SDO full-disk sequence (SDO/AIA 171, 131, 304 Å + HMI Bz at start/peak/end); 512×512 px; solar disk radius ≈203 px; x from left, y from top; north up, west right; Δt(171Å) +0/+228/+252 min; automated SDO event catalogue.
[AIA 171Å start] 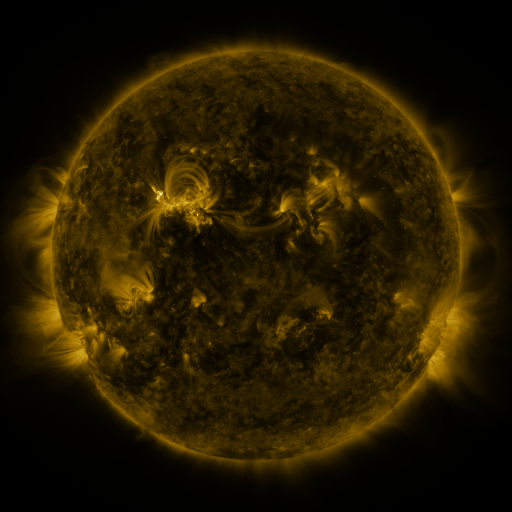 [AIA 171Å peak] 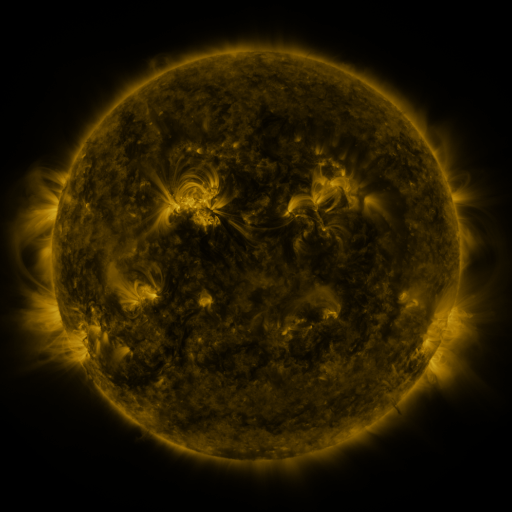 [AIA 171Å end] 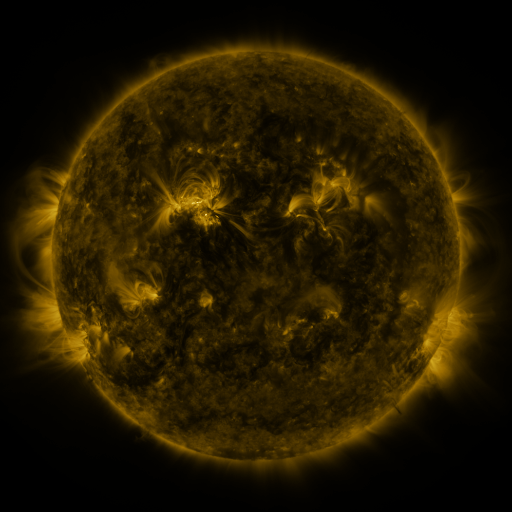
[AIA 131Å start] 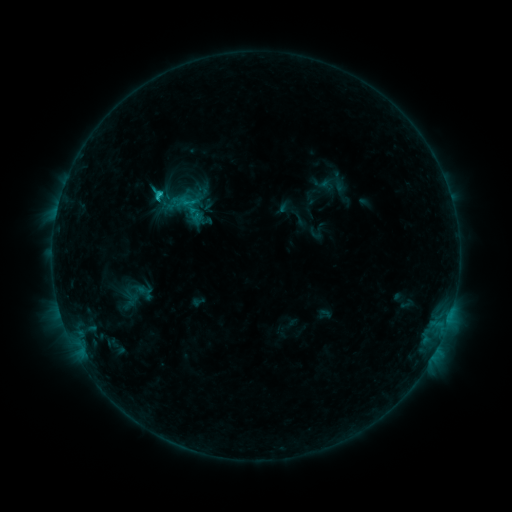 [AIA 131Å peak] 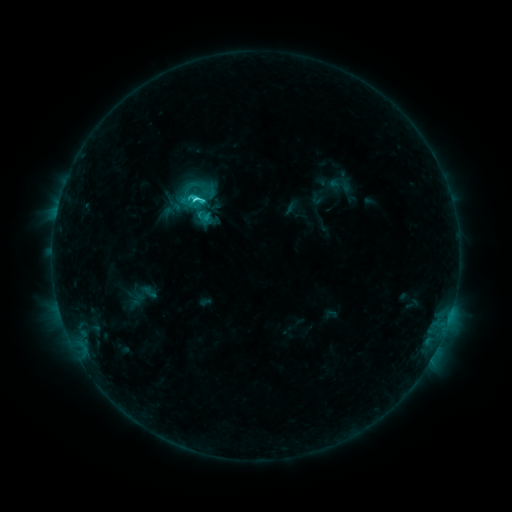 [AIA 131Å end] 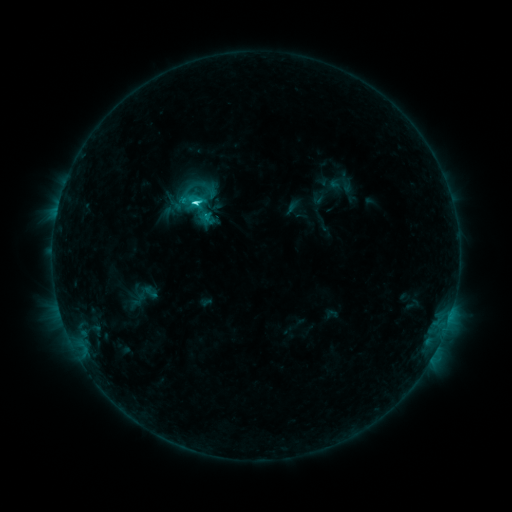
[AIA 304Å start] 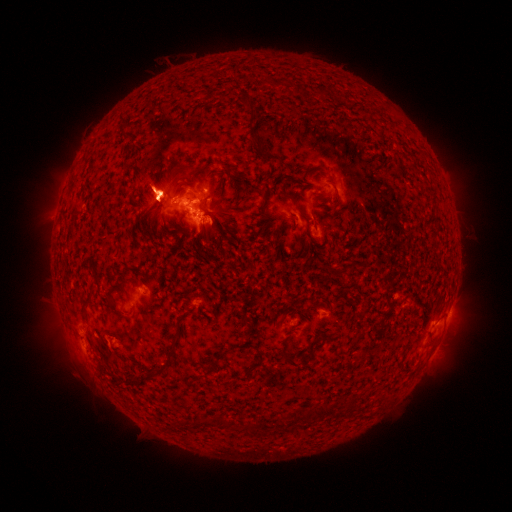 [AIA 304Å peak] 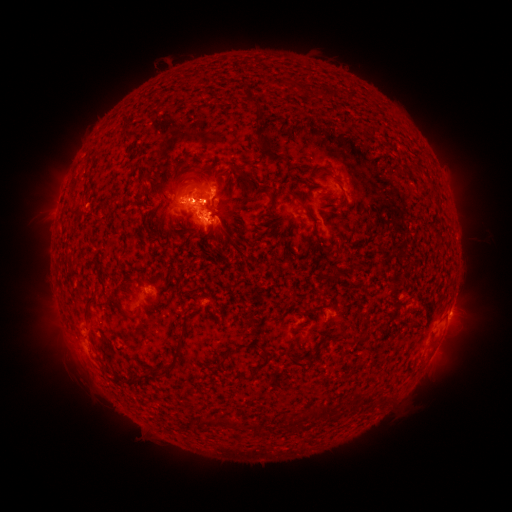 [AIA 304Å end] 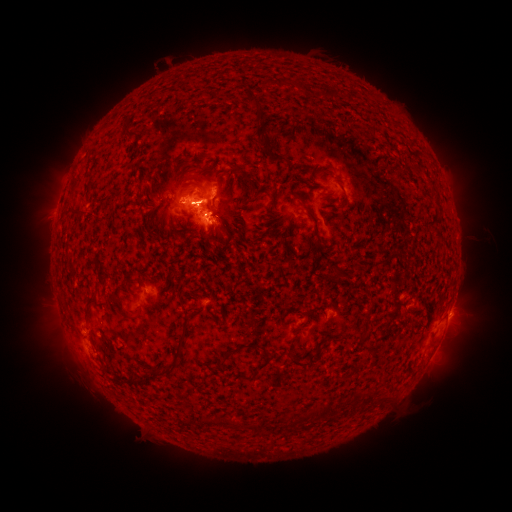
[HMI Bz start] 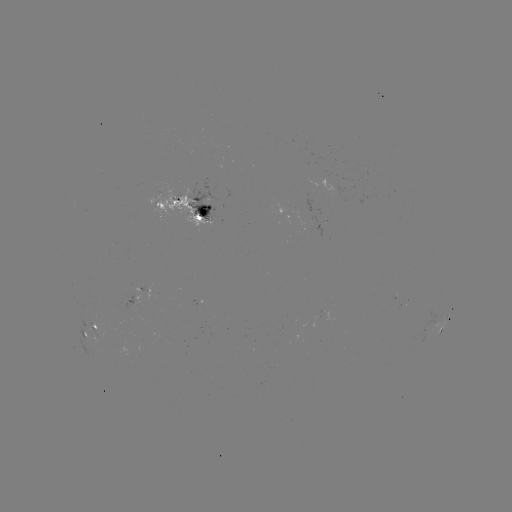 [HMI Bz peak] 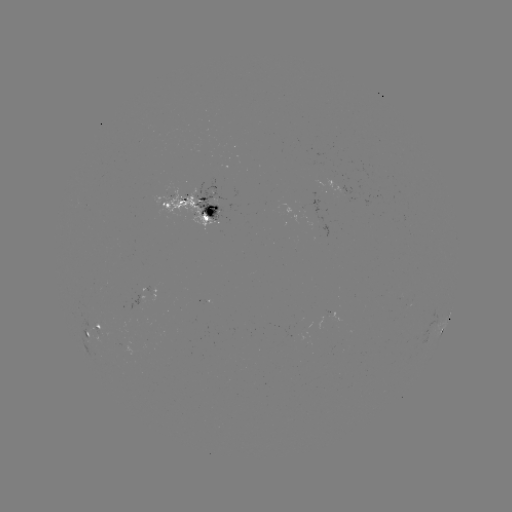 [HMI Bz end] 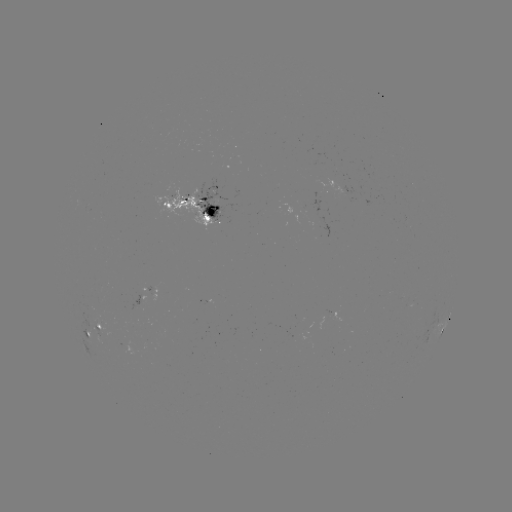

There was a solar emerging-flux region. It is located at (204, 212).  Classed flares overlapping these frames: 6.